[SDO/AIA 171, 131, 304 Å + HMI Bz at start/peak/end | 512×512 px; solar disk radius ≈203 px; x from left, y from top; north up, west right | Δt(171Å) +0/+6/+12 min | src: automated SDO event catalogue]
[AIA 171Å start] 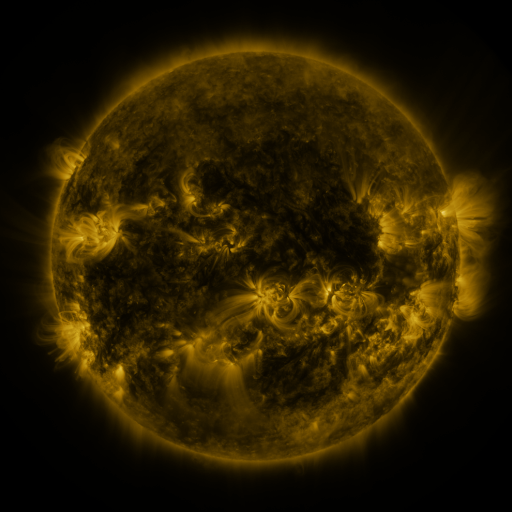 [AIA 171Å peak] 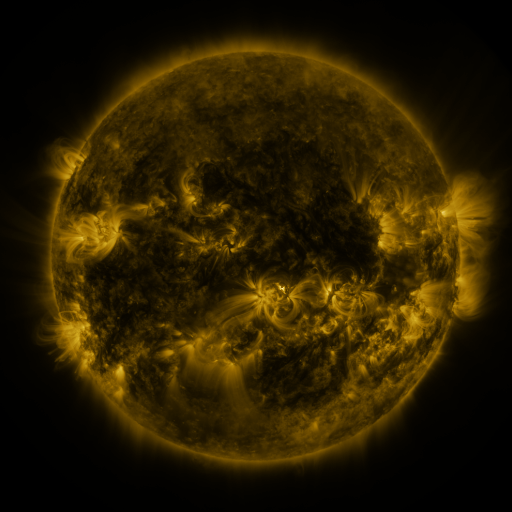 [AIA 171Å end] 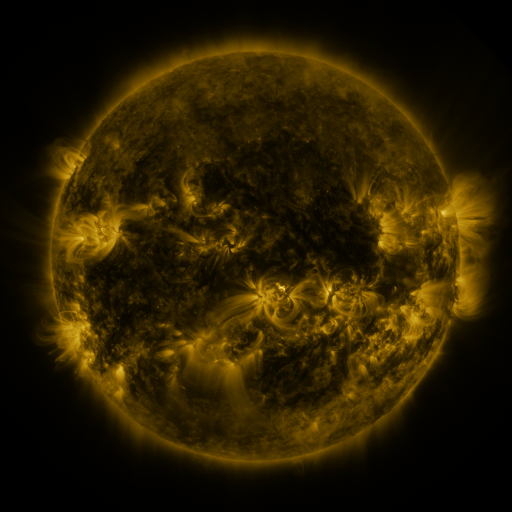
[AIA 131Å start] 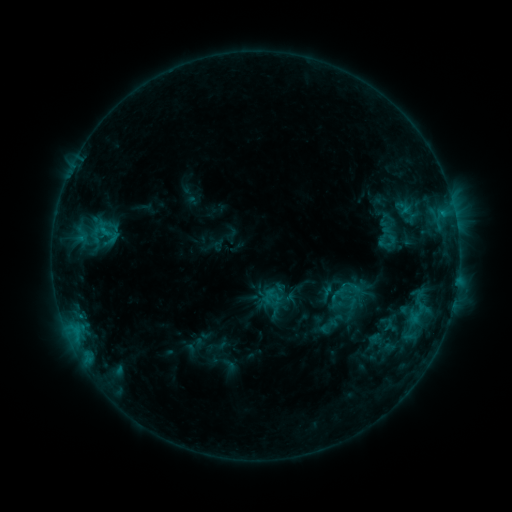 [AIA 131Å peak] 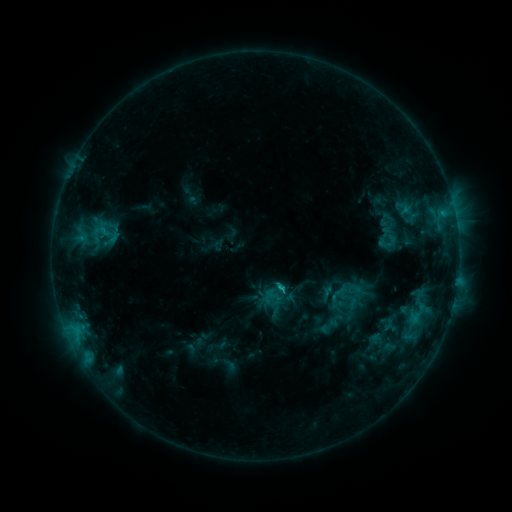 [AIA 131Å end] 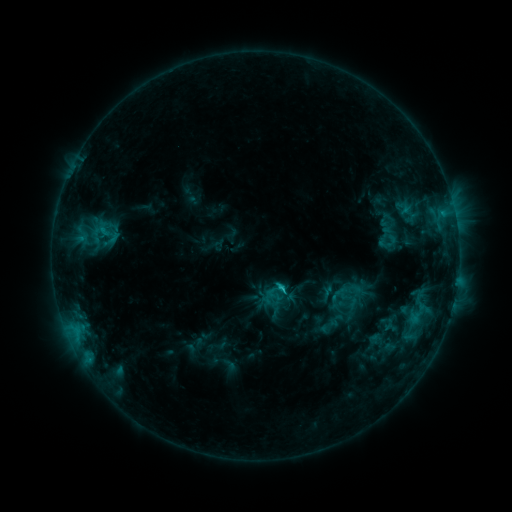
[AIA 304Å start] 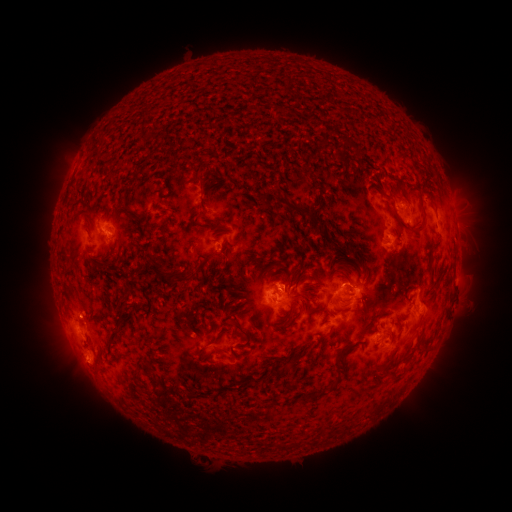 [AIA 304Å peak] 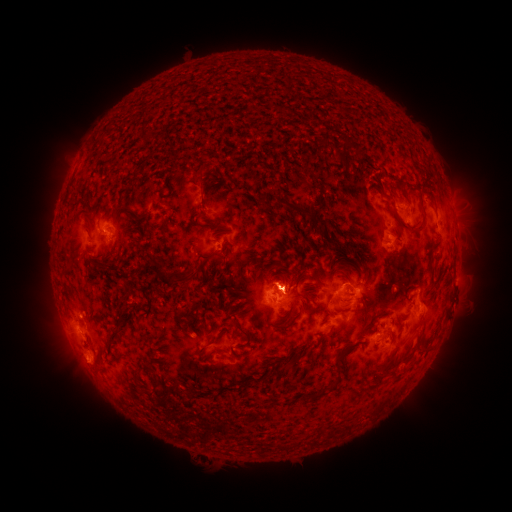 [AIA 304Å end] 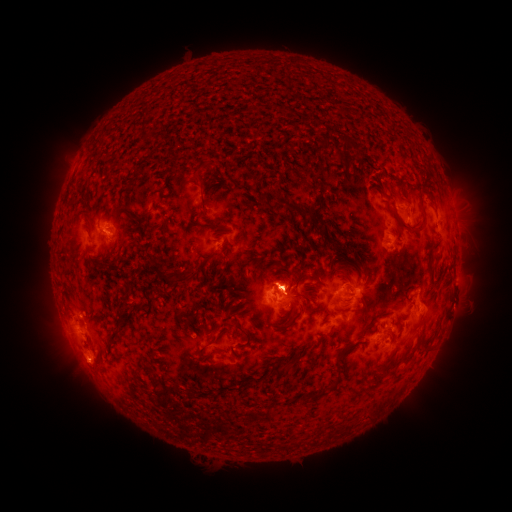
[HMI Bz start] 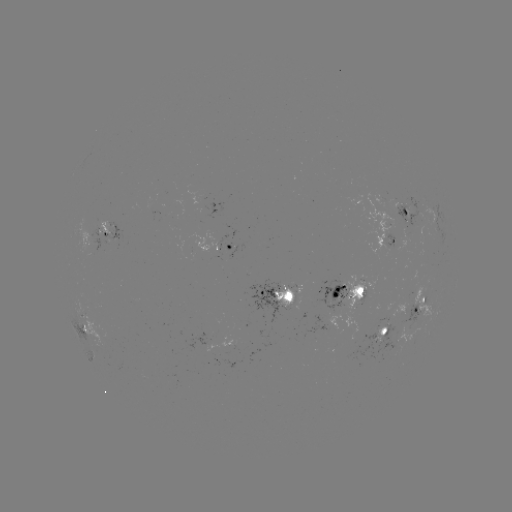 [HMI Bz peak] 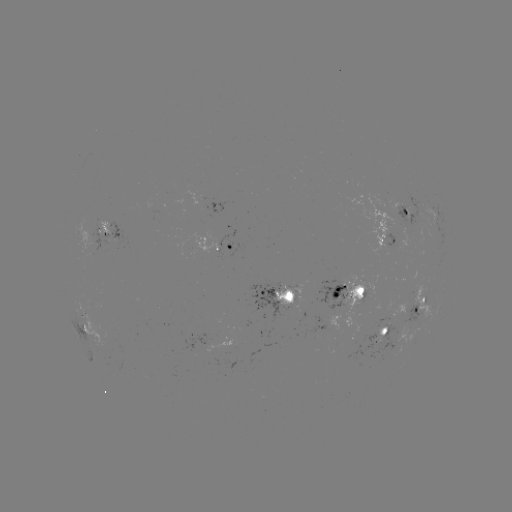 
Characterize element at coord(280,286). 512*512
C2.2 flare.